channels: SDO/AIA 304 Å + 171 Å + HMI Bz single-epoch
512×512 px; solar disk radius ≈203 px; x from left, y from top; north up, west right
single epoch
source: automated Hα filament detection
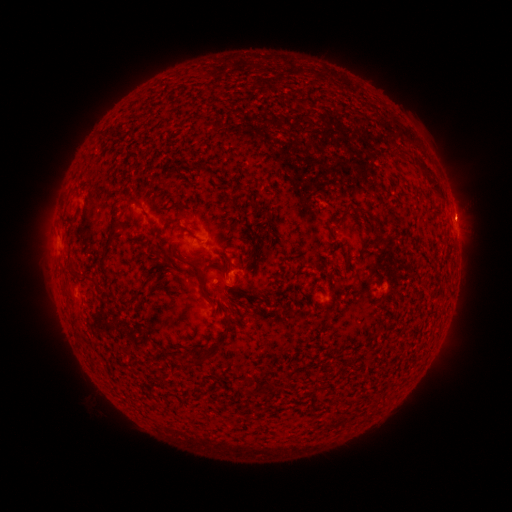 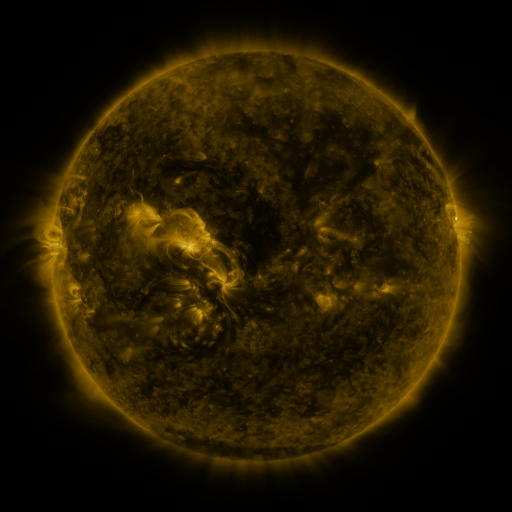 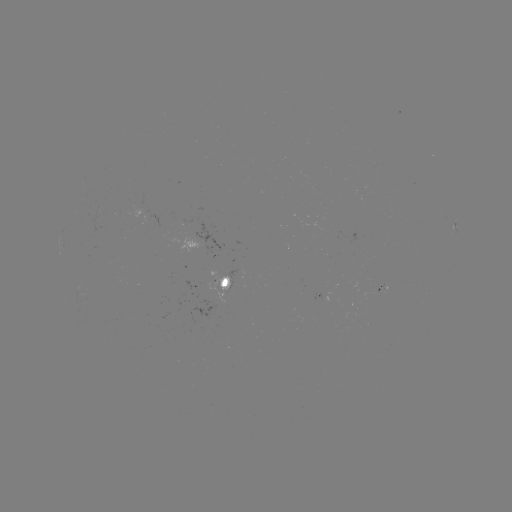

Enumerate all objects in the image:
filament: (415, 155, 444, 198)
filament: (230, 185, 248, 197)
filament: (101, 201, 123, 261)
filament: (342, 203, 352, 214)
filament: (63, 214, 79, 225)
filament: (154, 250, 164, 259)
filament: (183, 258, 212, 299)
filament: (216, 260, 233, 276)
filament: (101, 265, 109, 277)
filament: (150, 280, 161, 288)
filament: (118, 287, 147, 309)
filament: (223, 287, 232, 298)
filament: (225, 313, 234, 333)
filament: (198, 346, 214, 364)
